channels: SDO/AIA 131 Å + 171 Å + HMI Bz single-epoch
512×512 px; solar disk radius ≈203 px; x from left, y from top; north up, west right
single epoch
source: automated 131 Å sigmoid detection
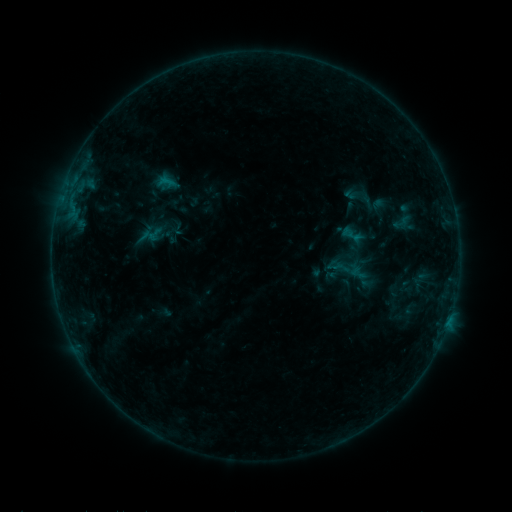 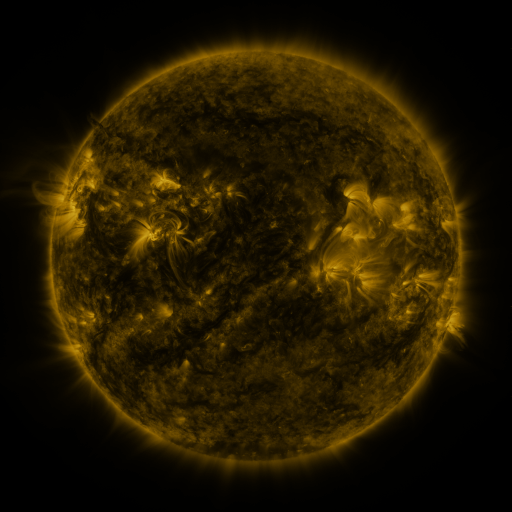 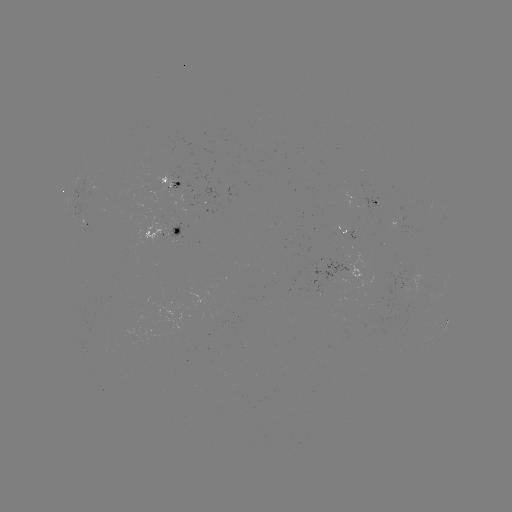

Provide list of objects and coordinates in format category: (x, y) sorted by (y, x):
sigmoid: (368, 199)
sigmoid: (358, 273)
